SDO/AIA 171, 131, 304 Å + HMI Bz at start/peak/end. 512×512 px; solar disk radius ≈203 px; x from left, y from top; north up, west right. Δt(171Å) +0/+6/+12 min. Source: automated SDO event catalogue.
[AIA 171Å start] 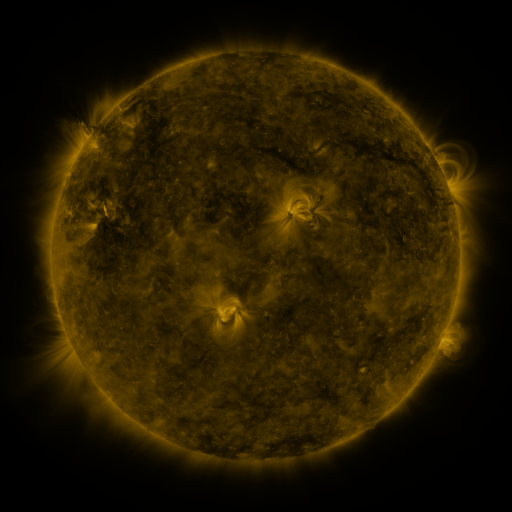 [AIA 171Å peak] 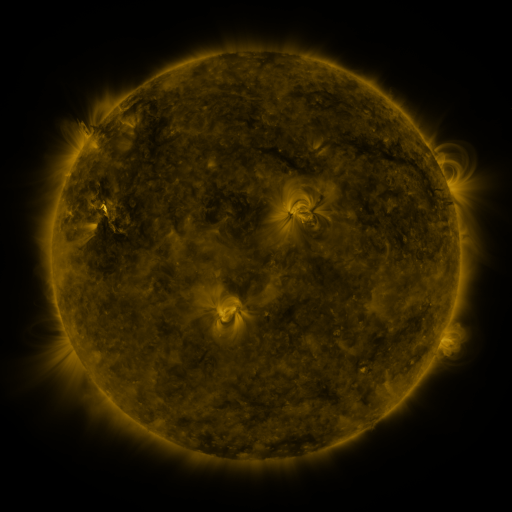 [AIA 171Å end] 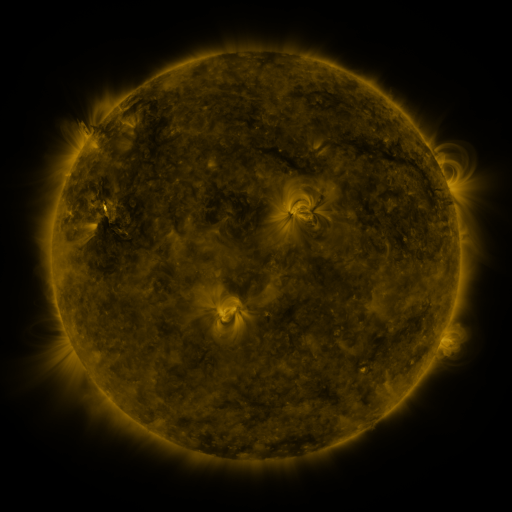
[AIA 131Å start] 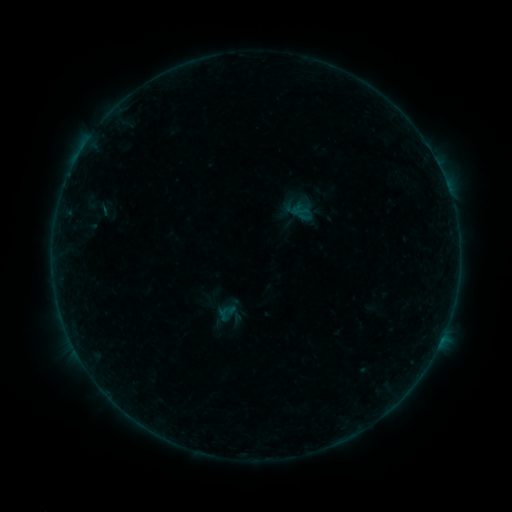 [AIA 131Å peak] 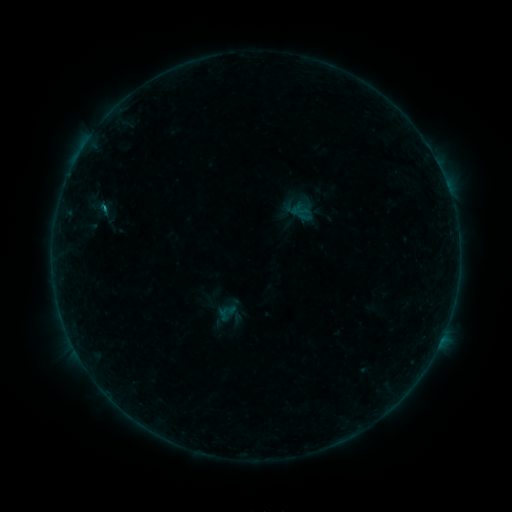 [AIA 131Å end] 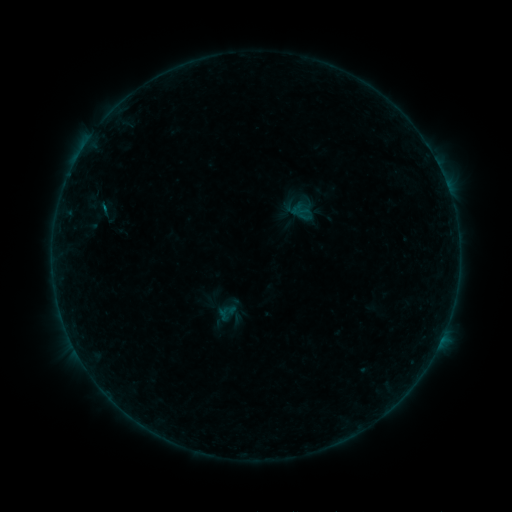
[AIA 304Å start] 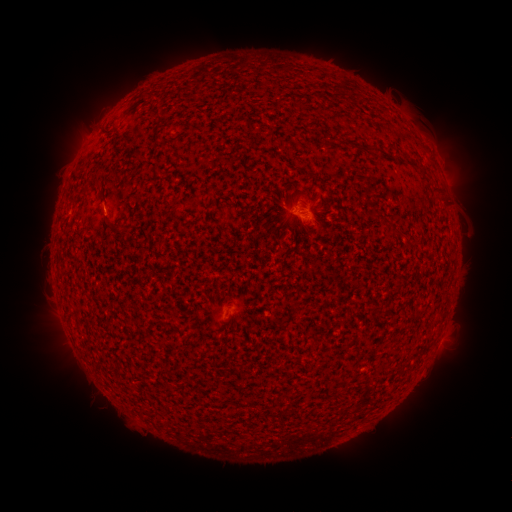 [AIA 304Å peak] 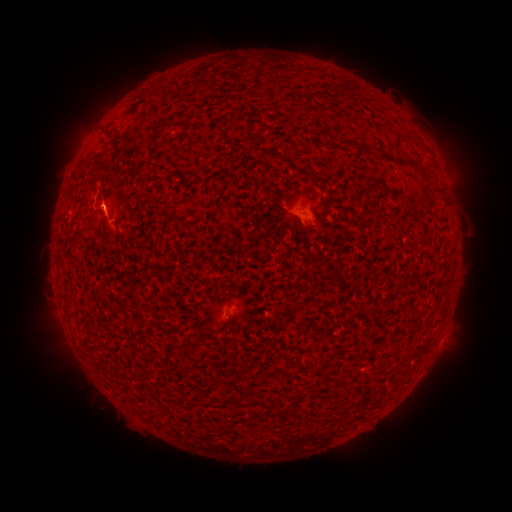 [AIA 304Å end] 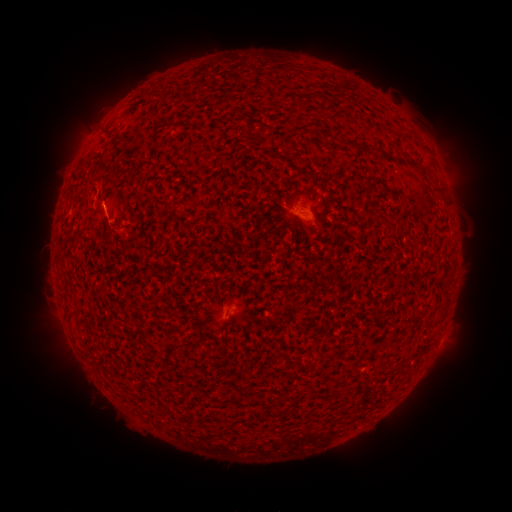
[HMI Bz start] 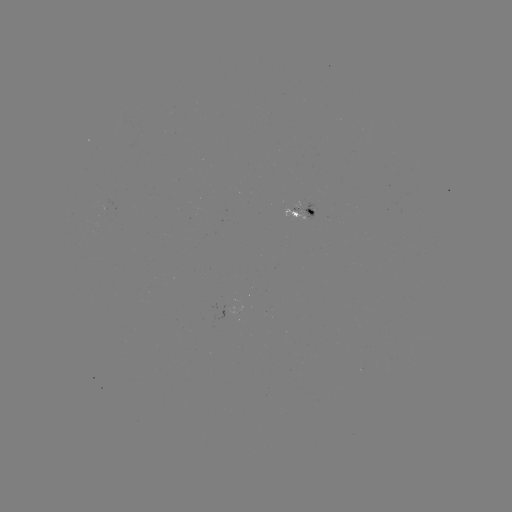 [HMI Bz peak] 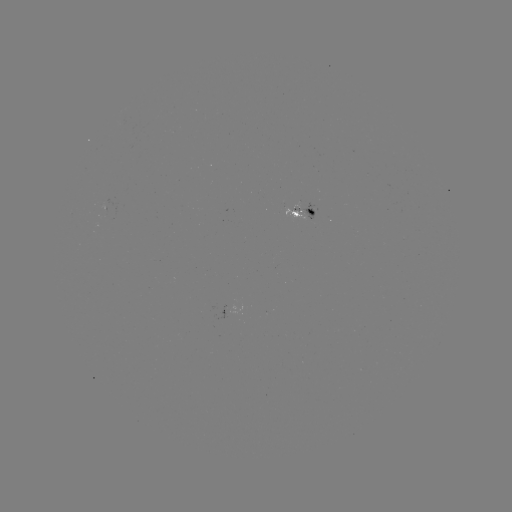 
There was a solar flare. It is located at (103, 212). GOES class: B3.3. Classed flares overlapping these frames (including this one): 1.